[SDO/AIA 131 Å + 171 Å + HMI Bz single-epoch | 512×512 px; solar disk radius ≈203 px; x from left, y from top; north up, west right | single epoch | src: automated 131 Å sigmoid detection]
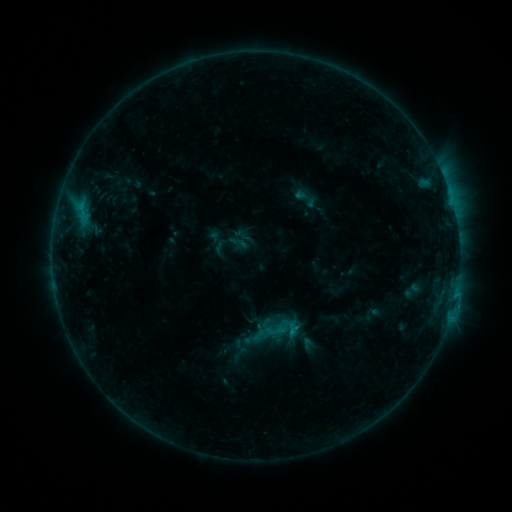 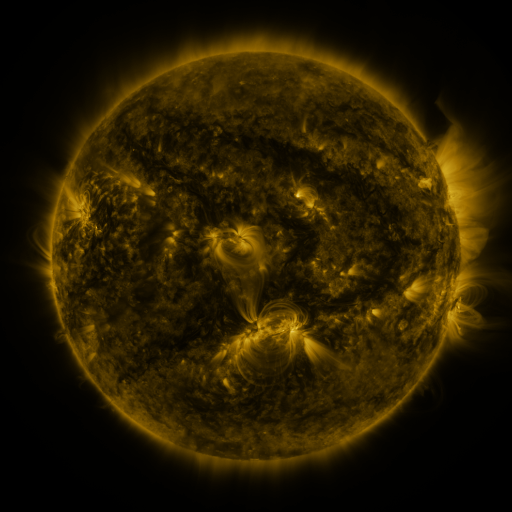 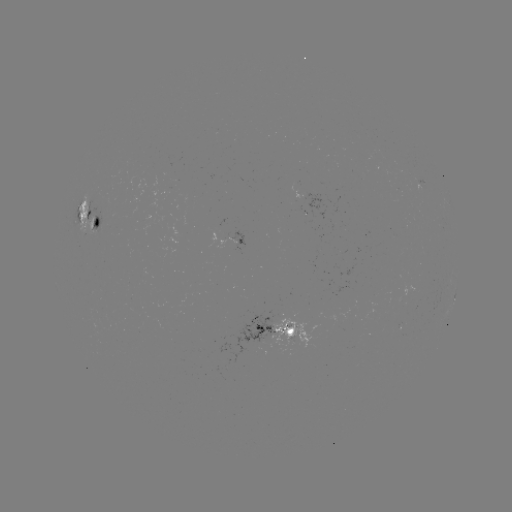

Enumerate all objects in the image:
sigmoid: (305, 198)
